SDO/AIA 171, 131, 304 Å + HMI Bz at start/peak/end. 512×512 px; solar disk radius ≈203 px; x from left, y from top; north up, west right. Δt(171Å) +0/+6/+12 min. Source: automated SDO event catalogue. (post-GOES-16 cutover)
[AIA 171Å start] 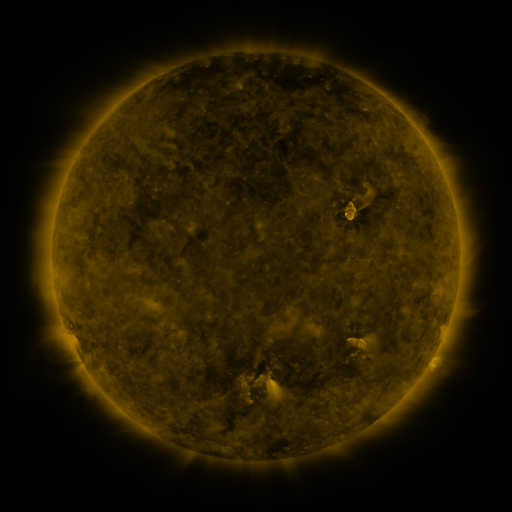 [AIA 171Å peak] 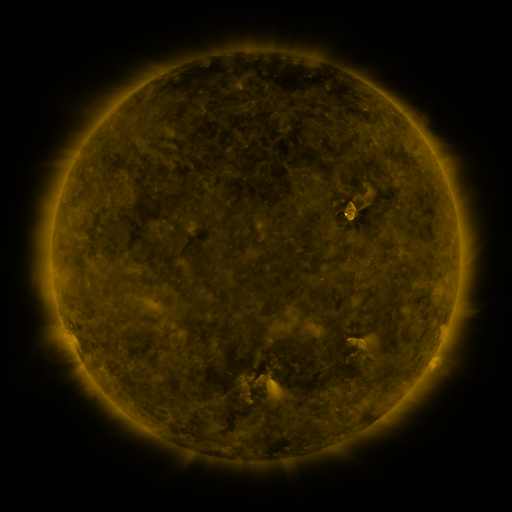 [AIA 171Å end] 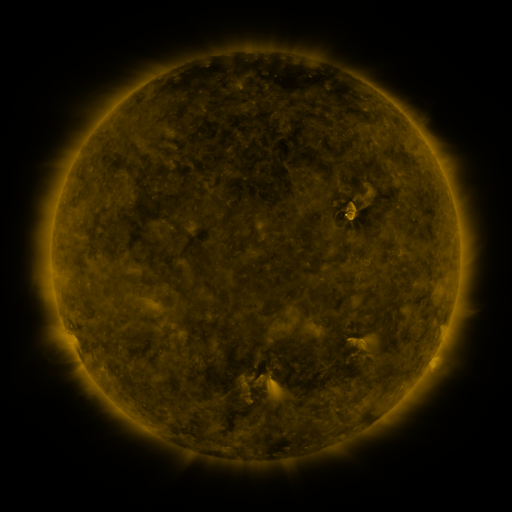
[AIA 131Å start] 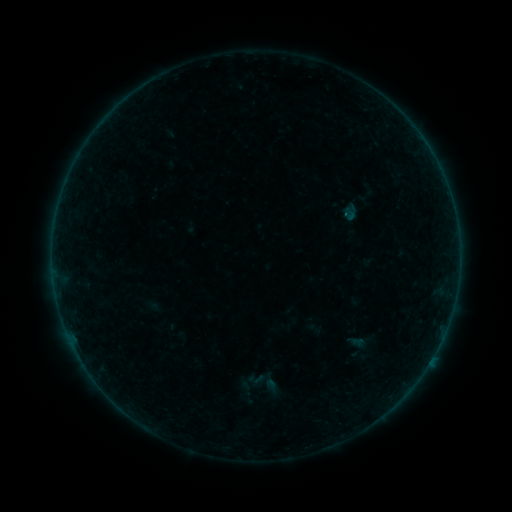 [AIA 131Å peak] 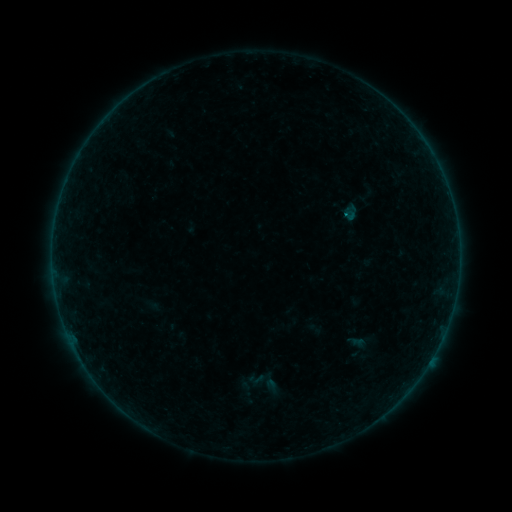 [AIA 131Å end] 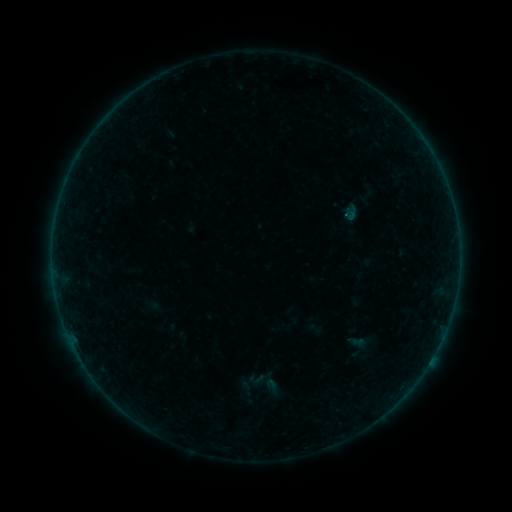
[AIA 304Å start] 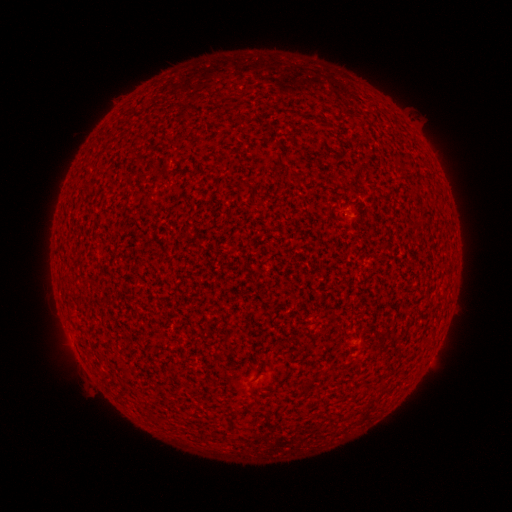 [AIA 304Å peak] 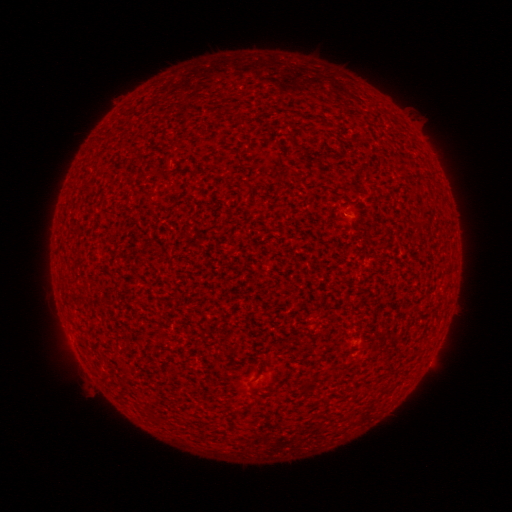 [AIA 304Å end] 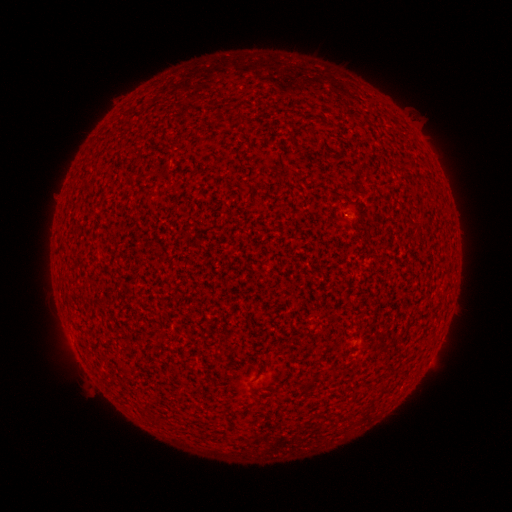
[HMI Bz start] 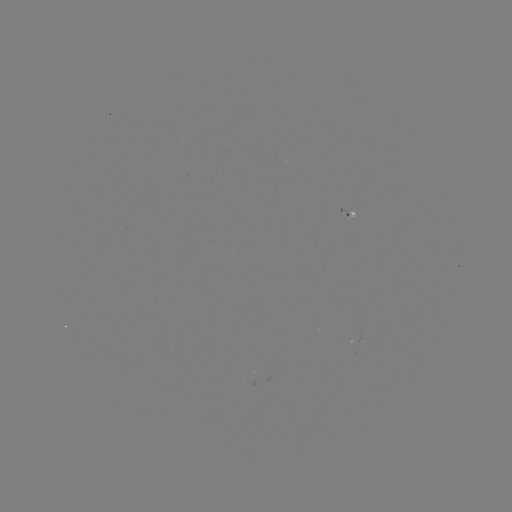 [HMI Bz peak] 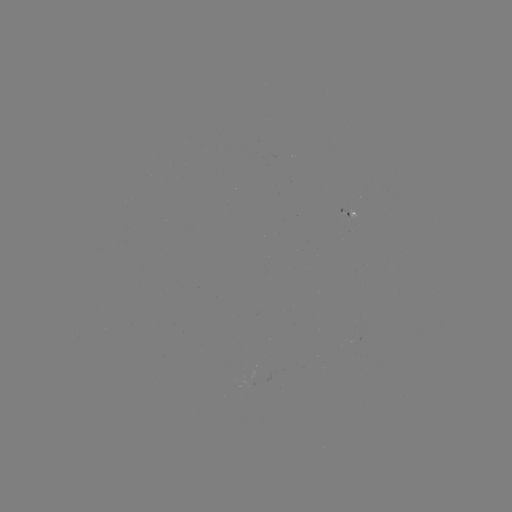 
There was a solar flare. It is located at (344, 217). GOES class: A4.5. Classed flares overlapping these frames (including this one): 1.